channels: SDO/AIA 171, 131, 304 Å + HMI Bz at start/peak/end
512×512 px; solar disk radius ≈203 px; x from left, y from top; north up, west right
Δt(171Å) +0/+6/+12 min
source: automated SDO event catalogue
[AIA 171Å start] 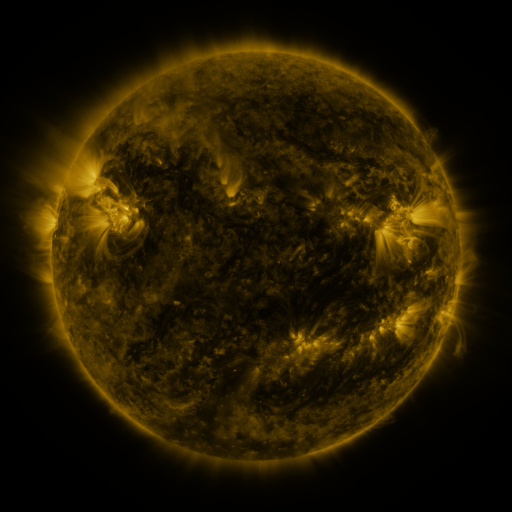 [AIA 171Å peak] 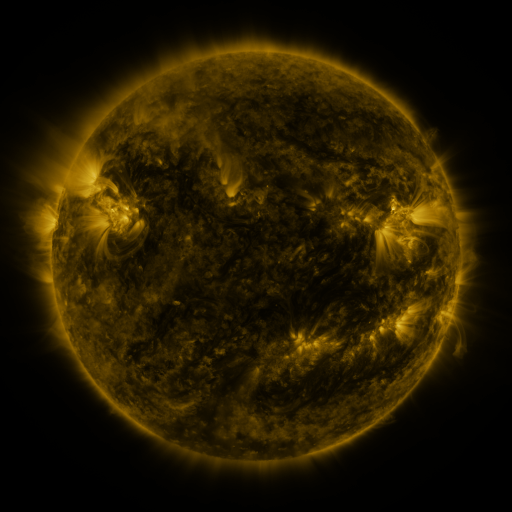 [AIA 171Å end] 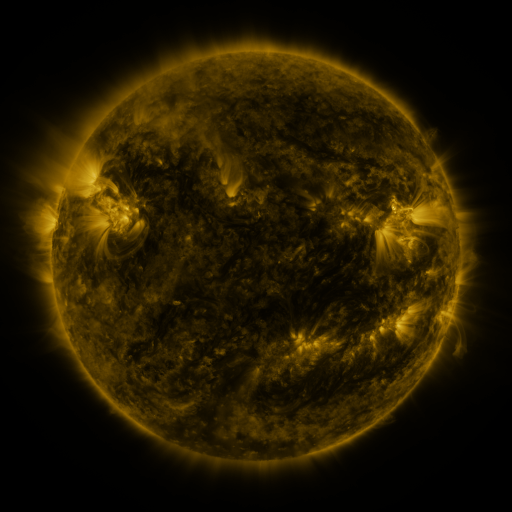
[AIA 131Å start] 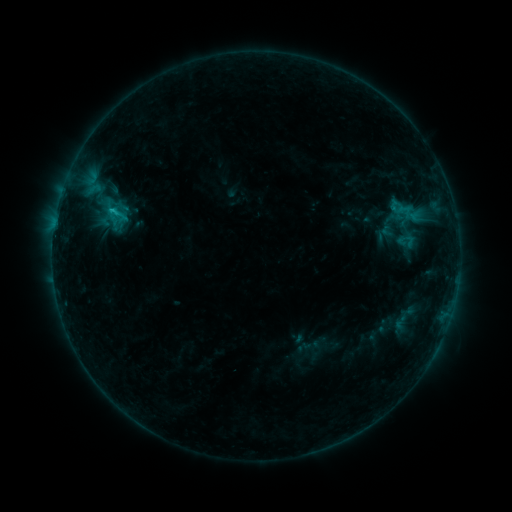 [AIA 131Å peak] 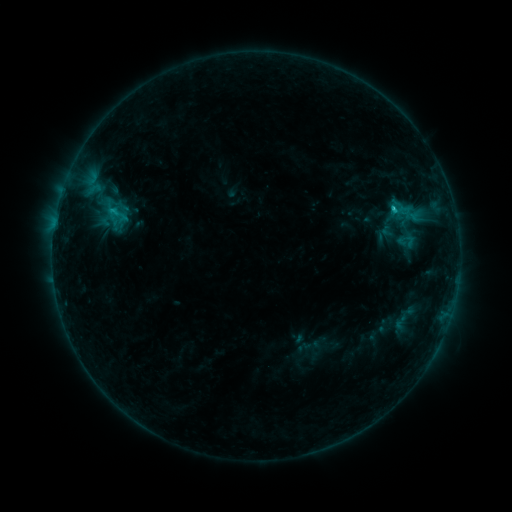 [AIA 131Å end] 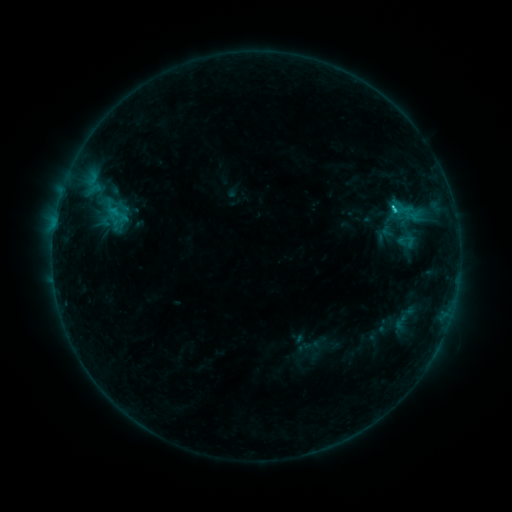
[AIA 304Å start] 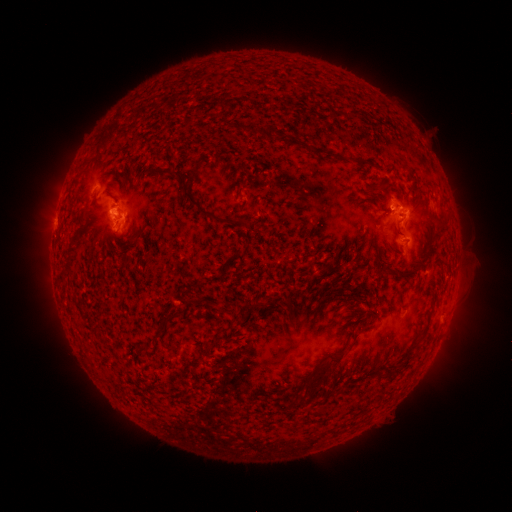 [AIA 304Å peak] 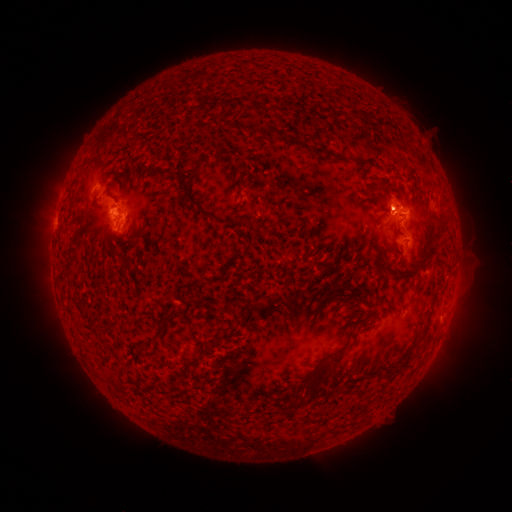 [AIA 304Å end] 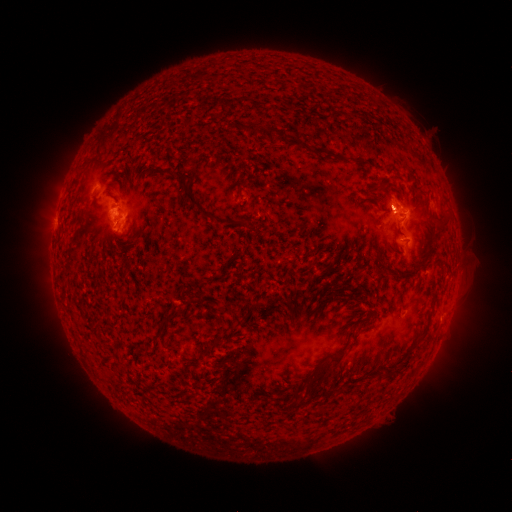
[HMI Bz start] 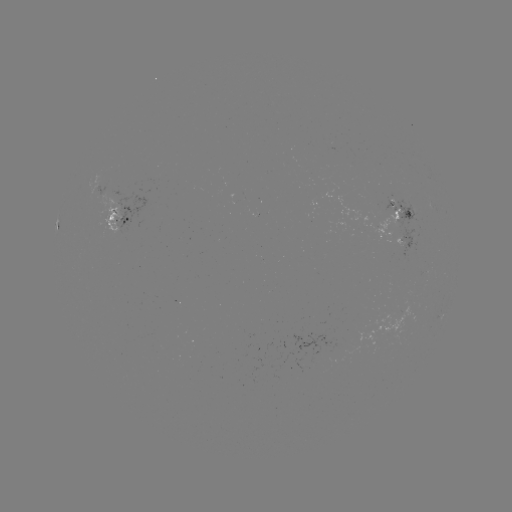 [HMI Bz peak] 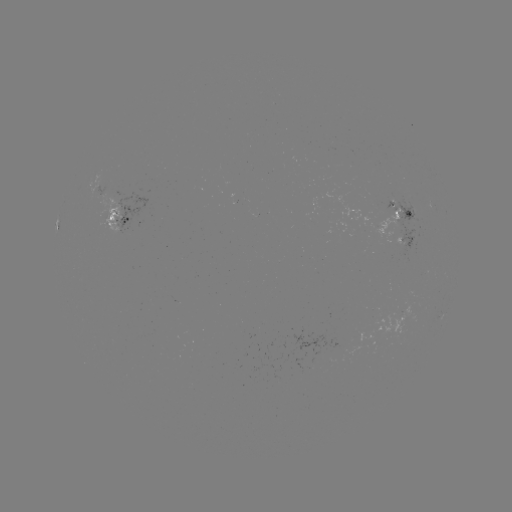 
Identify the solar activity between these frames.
C1.4 flare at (393, 211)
